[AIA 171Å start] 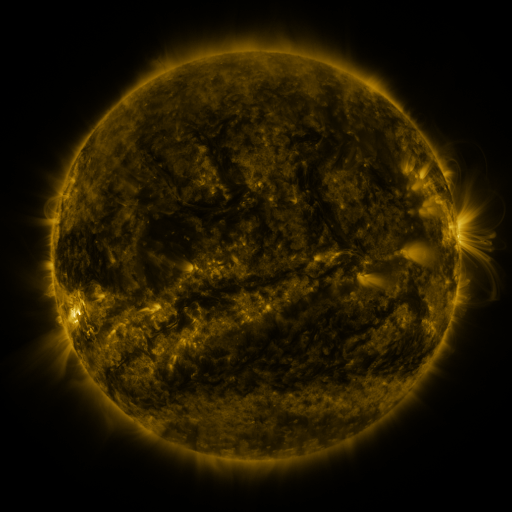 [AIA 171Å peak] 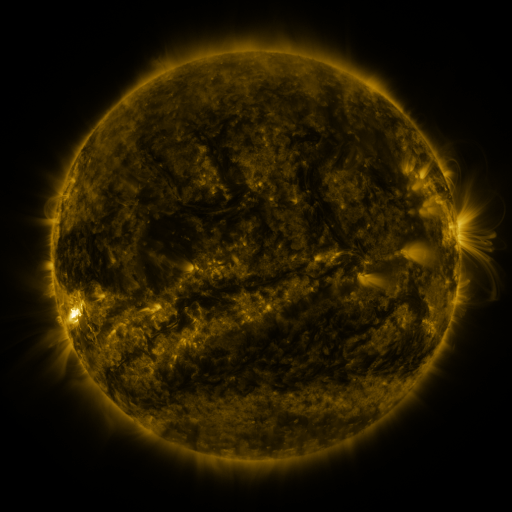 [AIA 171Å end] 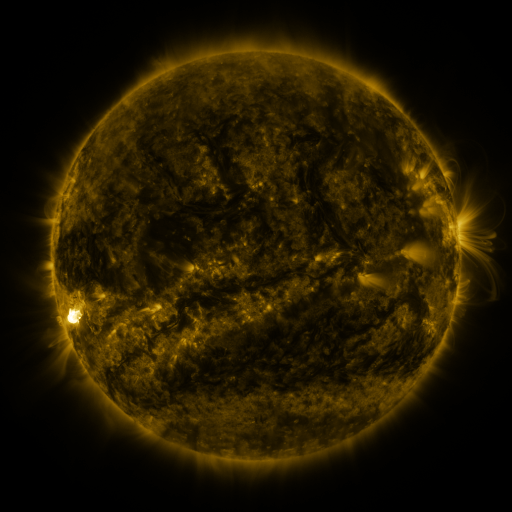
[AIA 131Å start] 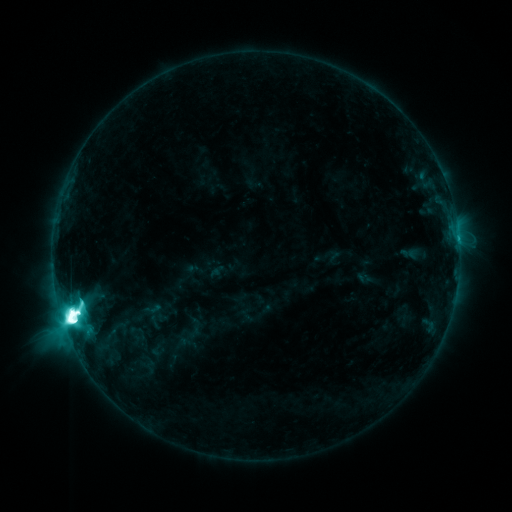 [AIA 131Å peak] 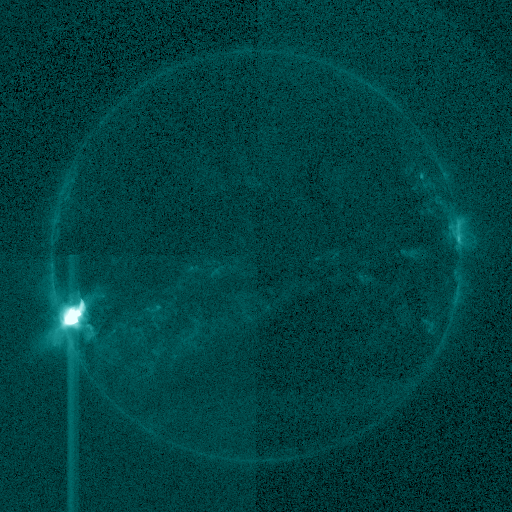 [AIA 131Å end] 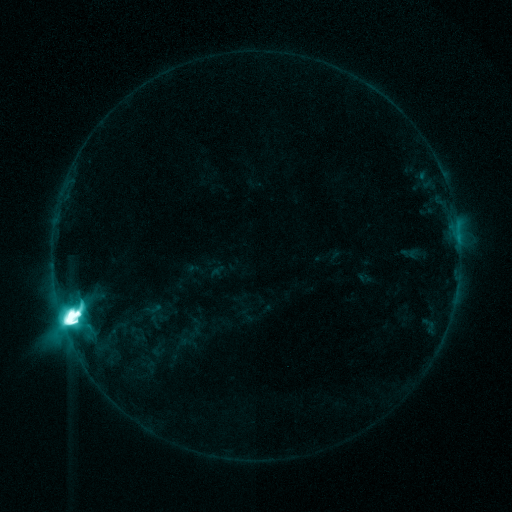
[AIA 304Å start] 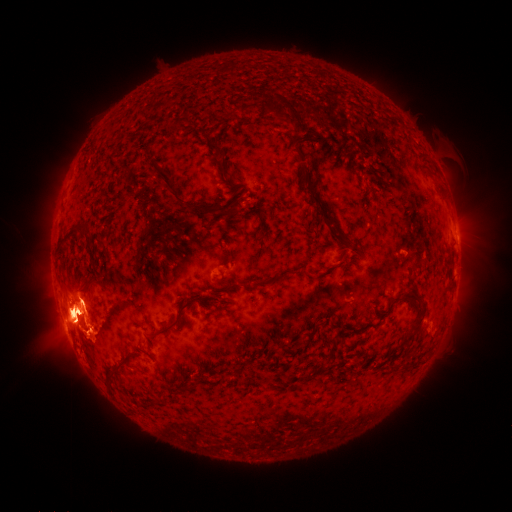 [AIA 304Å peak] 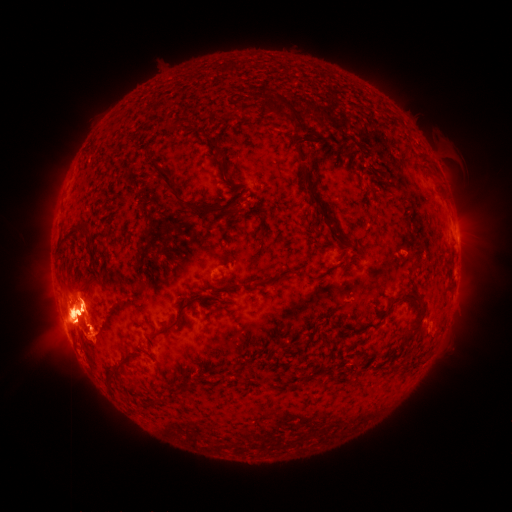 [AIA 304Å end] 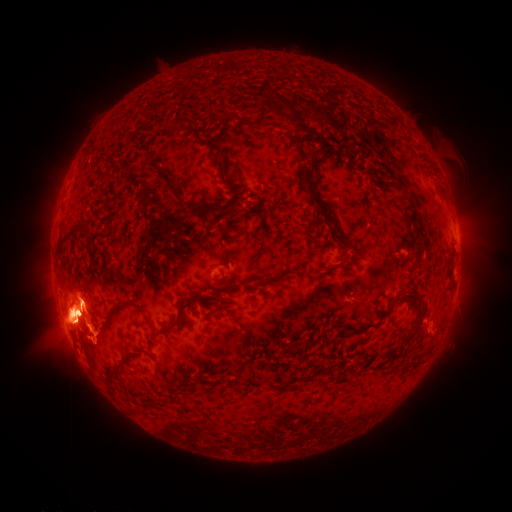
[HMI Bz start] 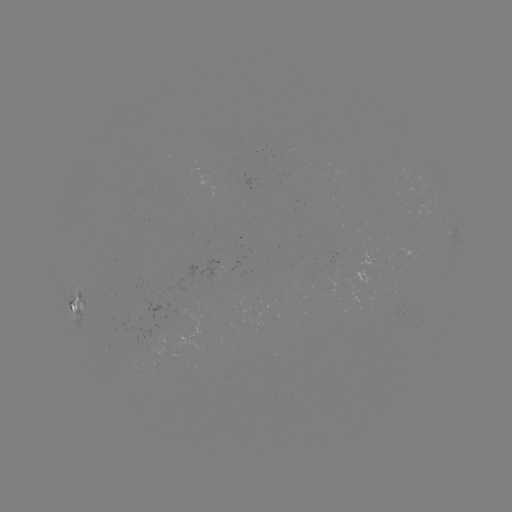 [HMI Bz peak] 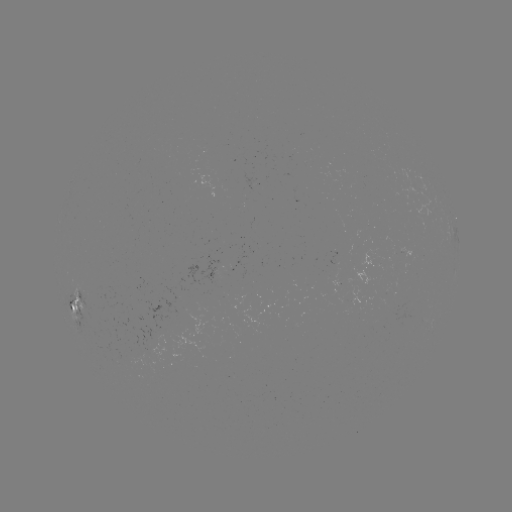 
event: eruption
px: (49, 304)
